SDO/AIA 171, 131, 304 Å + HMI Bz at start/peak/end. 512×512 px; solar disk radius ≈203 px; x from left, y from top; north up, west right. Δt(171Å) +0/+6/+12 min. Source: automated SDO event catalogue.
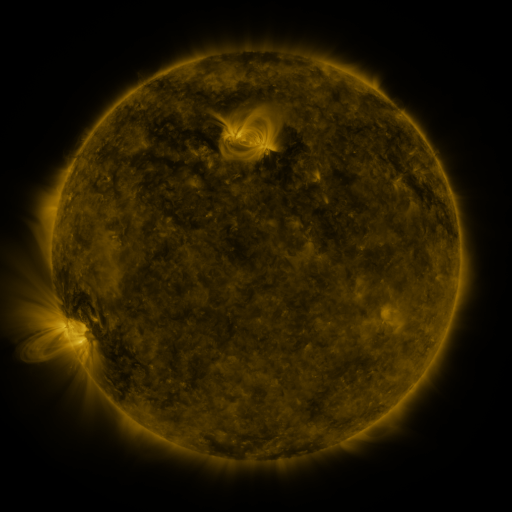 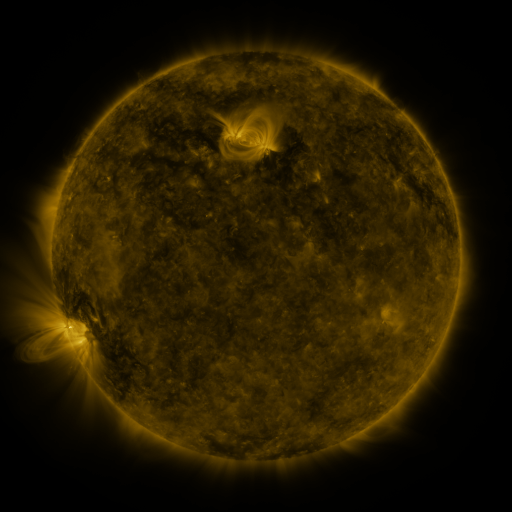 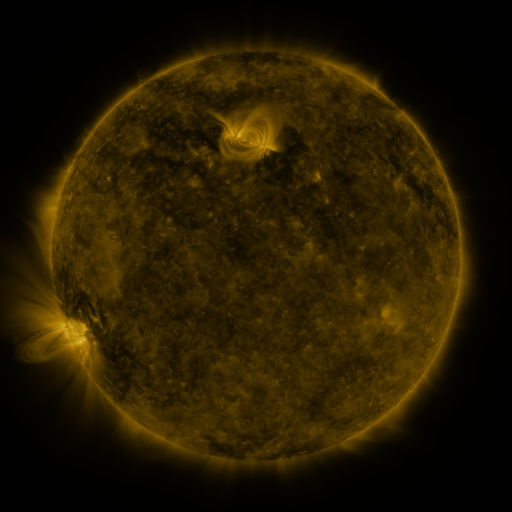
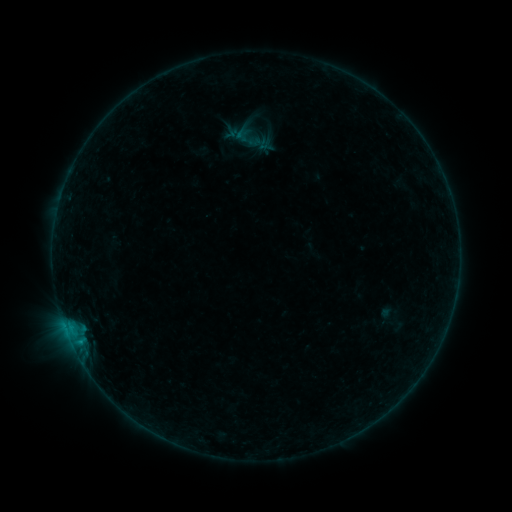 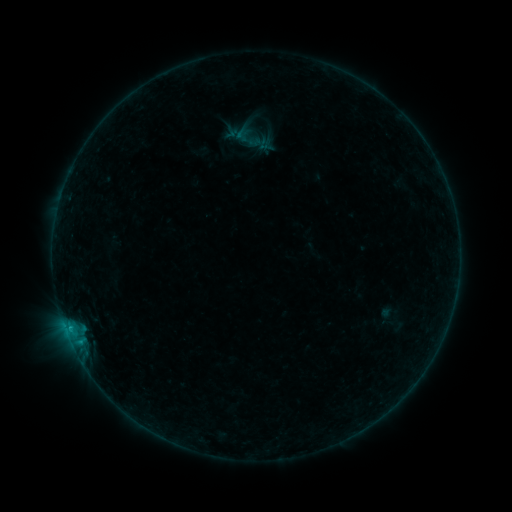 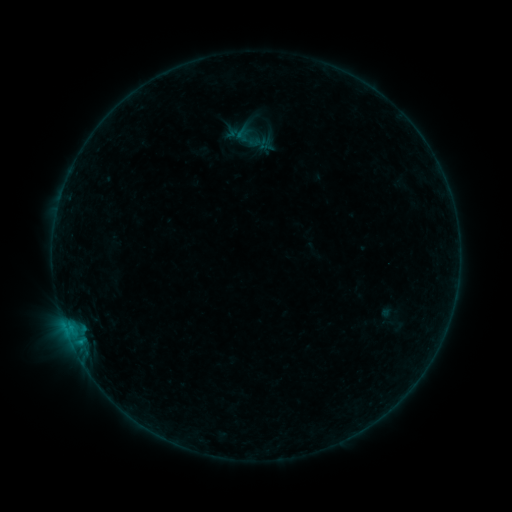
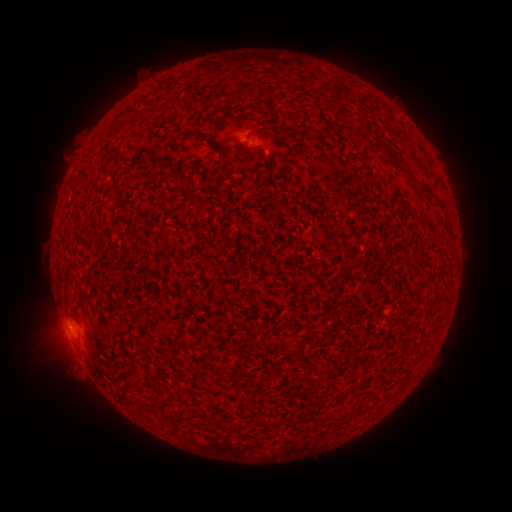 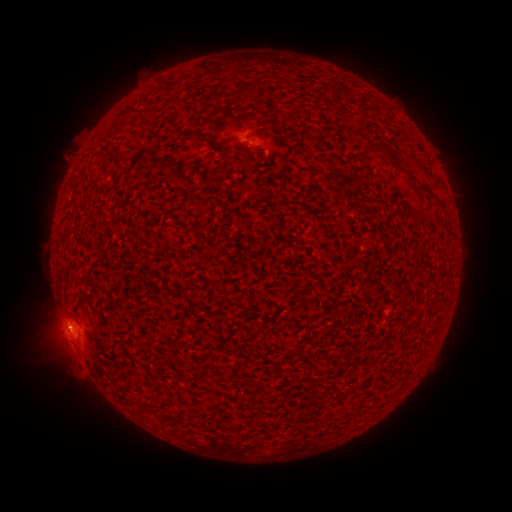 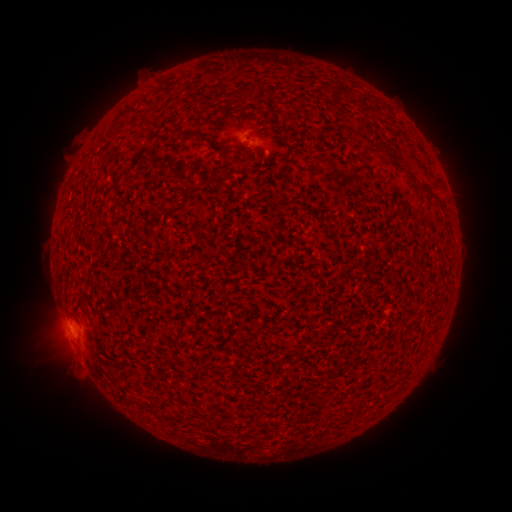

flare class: B2.4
